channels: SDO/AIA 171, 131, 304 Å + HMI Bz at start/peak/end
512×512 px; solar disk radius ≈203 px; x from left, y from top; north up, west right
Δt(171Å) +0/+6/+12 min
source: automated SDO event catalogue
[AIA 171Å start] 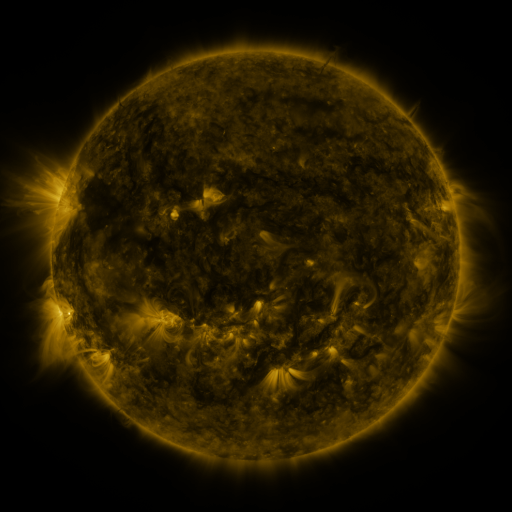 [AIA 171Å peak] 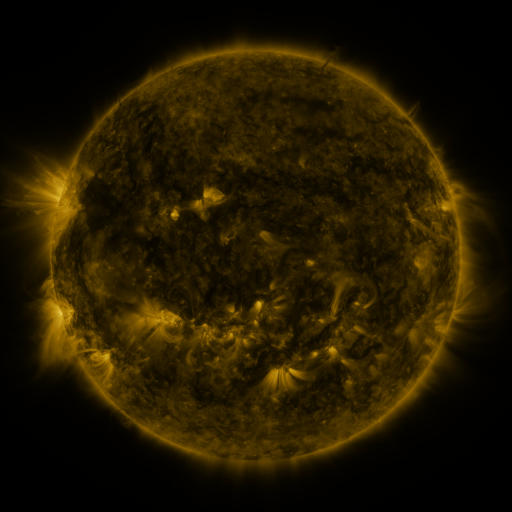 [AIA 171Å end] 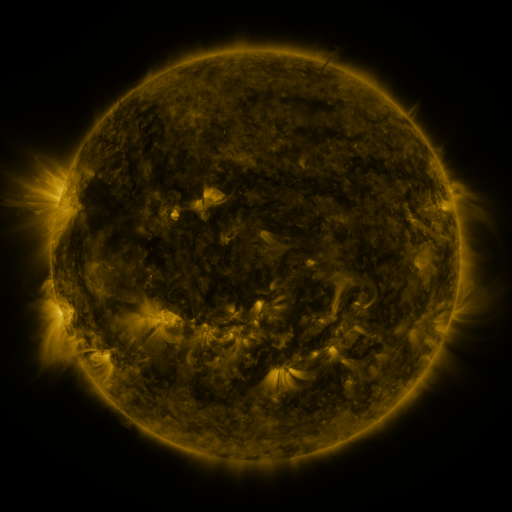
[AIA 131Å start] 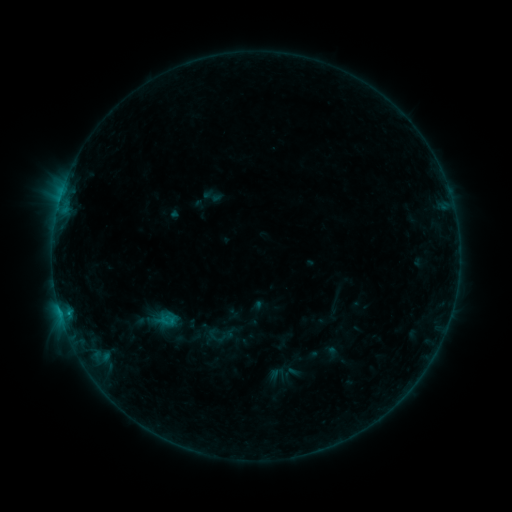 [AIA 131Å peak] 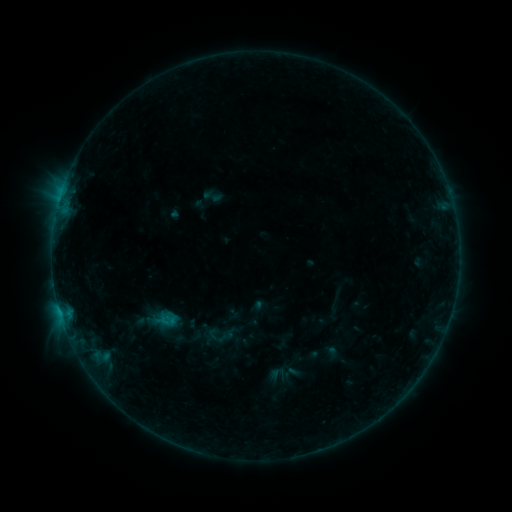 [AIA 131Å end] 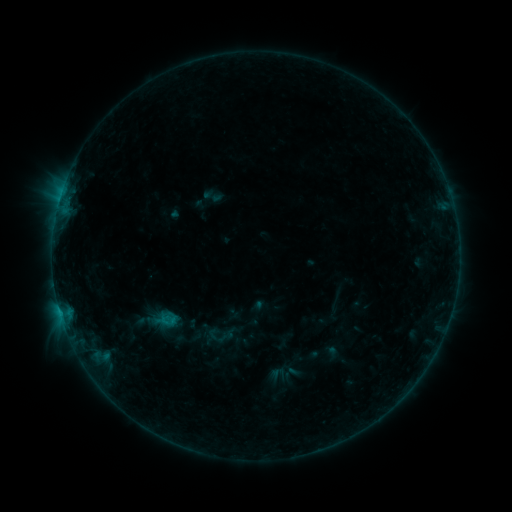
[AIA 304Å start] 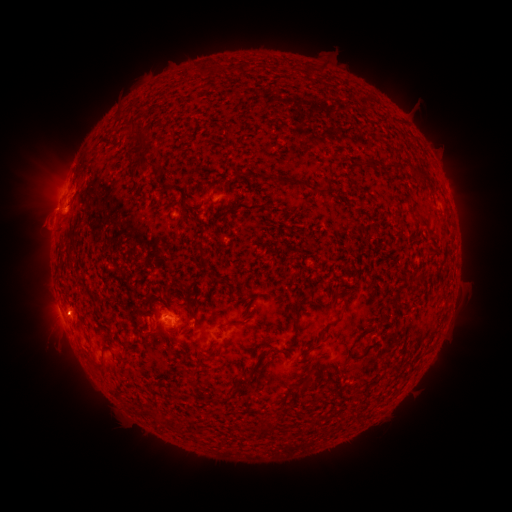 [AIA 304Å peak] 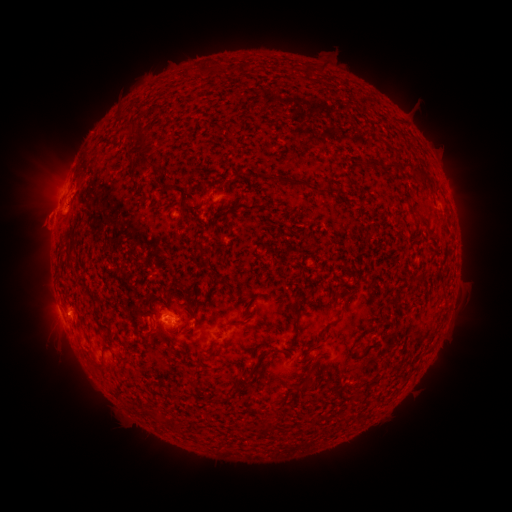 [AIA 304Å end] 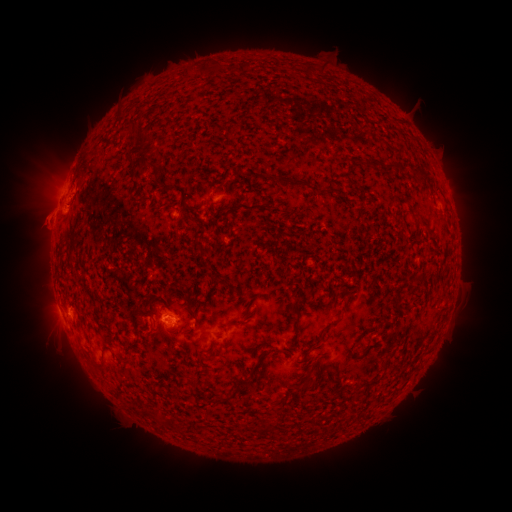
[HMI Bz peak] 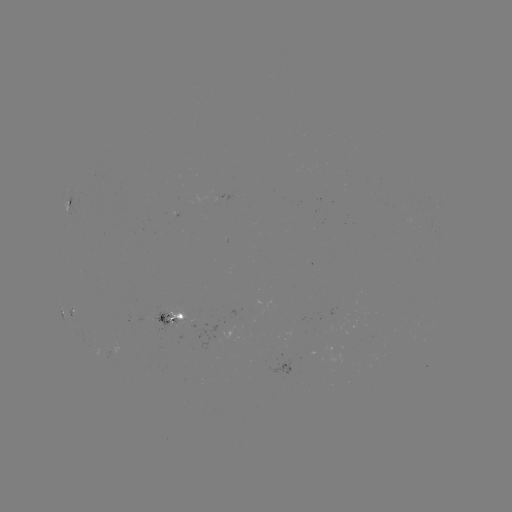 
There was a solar eruption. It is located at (43, 215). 